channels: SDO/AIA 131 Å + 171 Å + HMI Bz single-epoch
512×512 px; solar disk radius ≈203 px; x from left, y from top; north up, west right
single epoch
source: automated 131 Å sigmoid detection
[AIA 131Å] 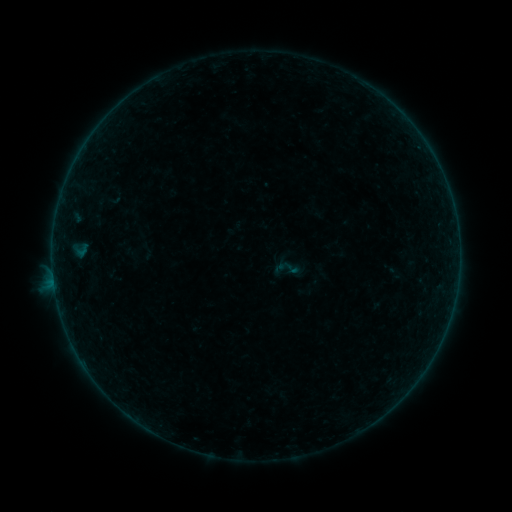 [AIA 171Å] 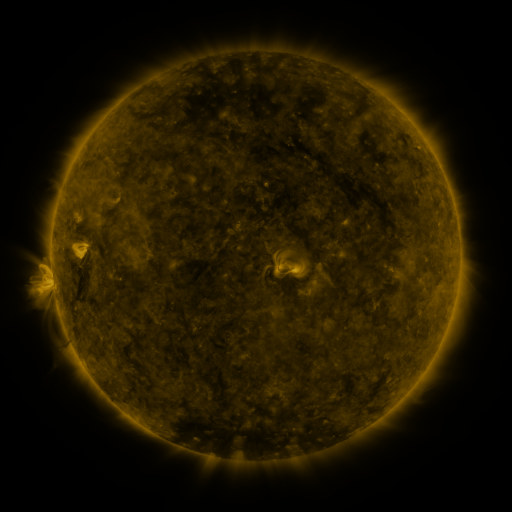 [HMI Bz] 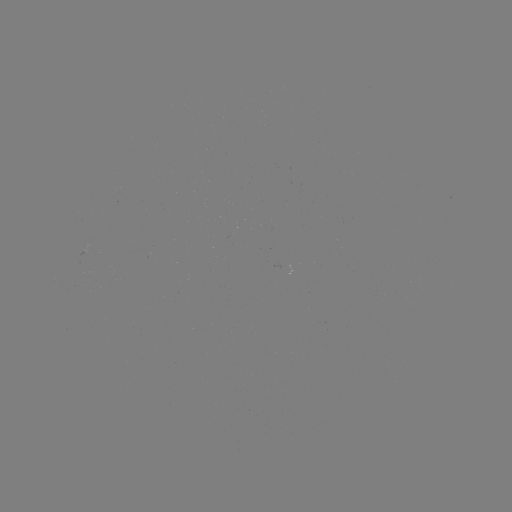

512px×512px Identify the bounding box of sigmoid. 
[272, 252, 304, 285].